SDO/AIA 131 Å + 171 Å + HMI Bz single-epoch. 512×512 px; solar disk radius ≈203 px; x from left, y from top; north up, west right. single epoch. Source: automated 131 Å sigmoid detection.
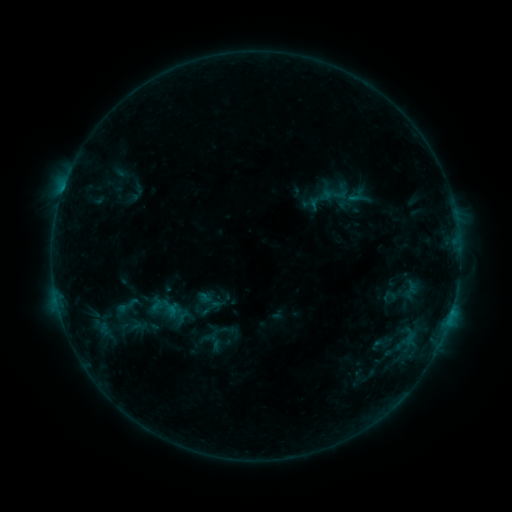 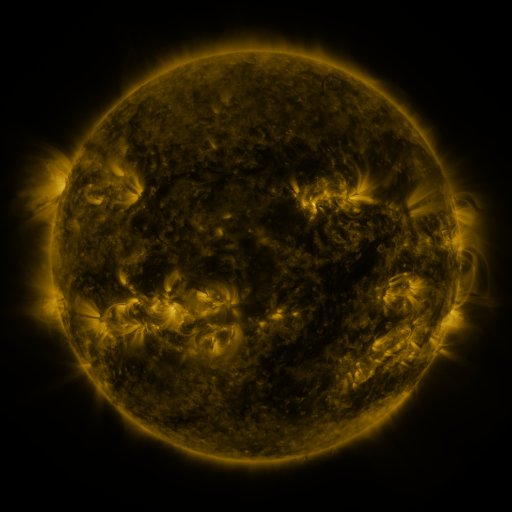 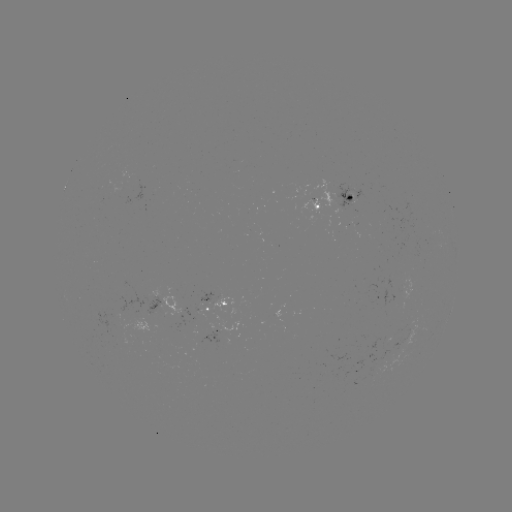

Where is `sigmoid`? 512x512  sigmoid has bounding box [314, 176, 358, 210].